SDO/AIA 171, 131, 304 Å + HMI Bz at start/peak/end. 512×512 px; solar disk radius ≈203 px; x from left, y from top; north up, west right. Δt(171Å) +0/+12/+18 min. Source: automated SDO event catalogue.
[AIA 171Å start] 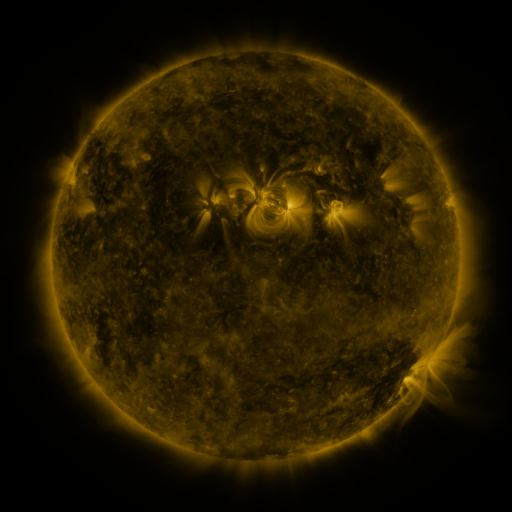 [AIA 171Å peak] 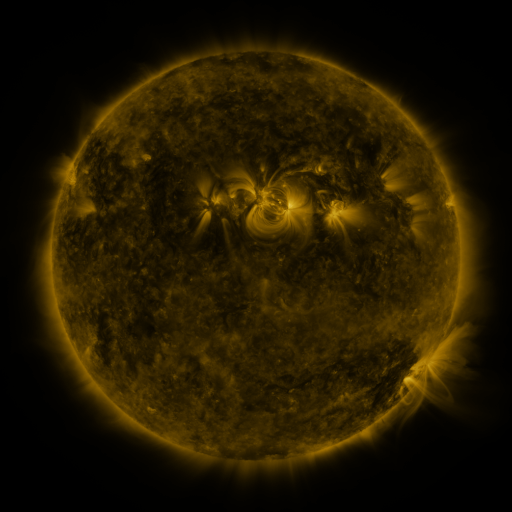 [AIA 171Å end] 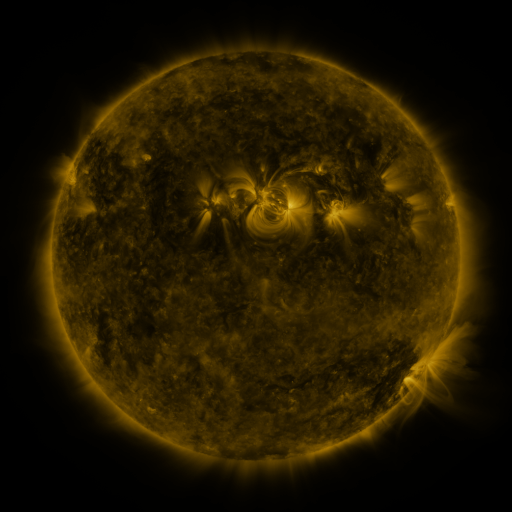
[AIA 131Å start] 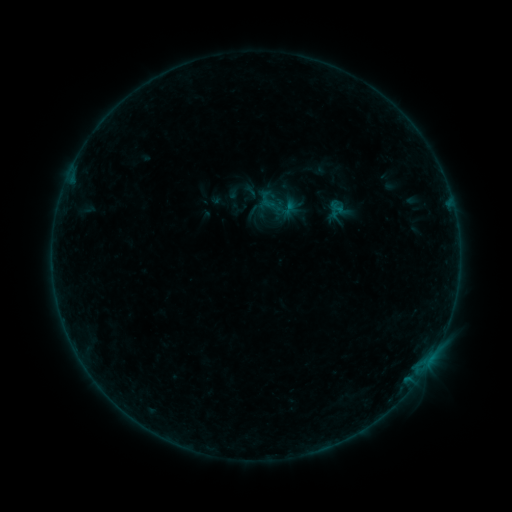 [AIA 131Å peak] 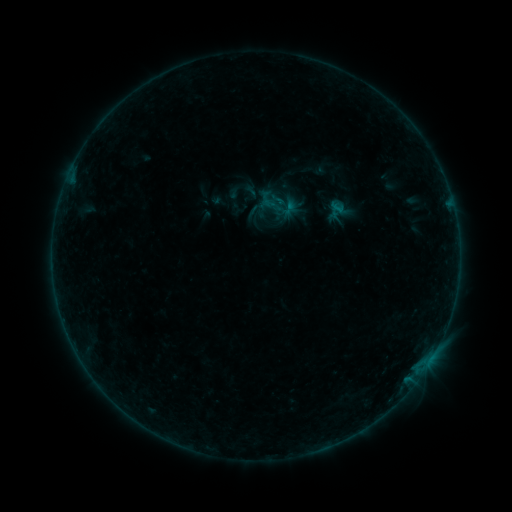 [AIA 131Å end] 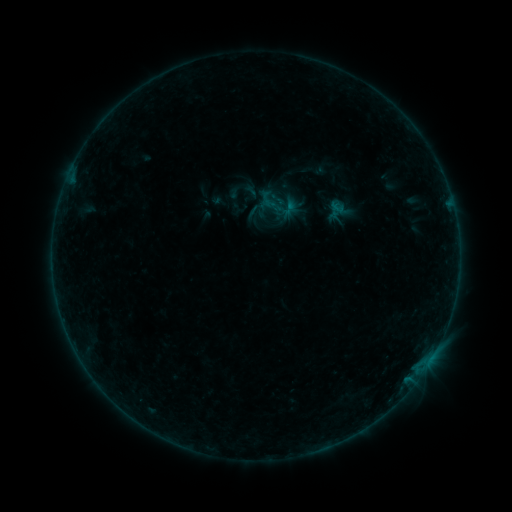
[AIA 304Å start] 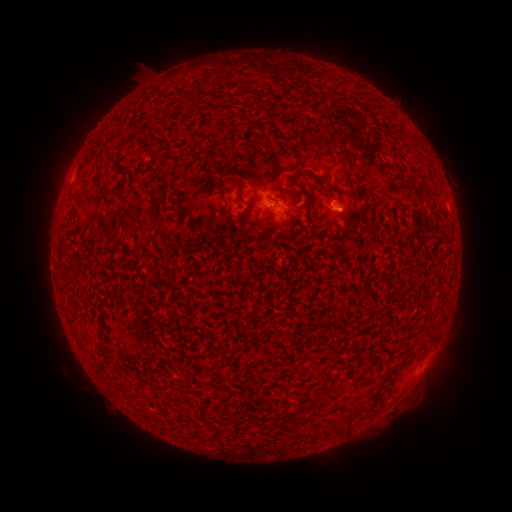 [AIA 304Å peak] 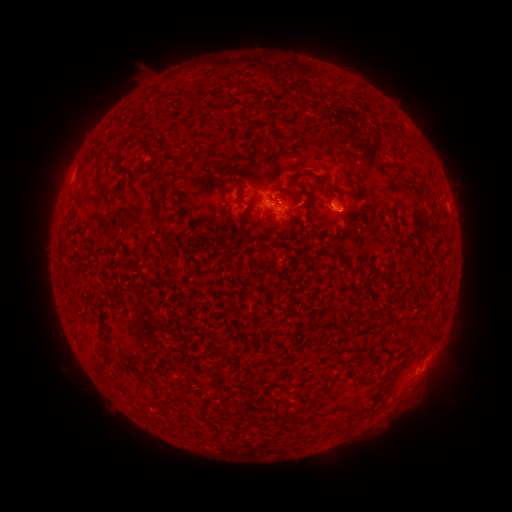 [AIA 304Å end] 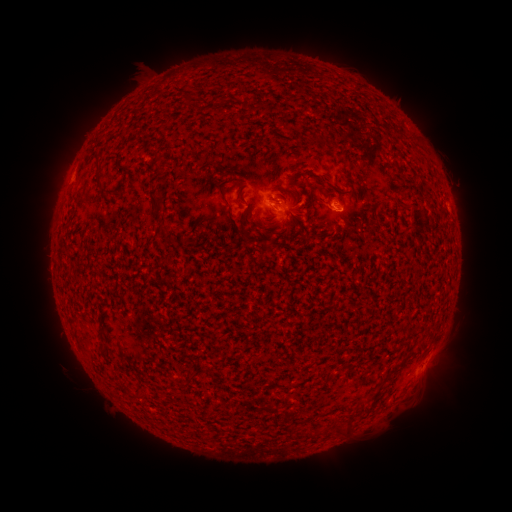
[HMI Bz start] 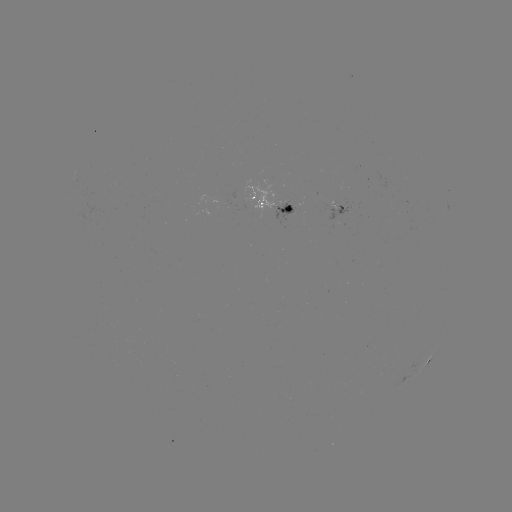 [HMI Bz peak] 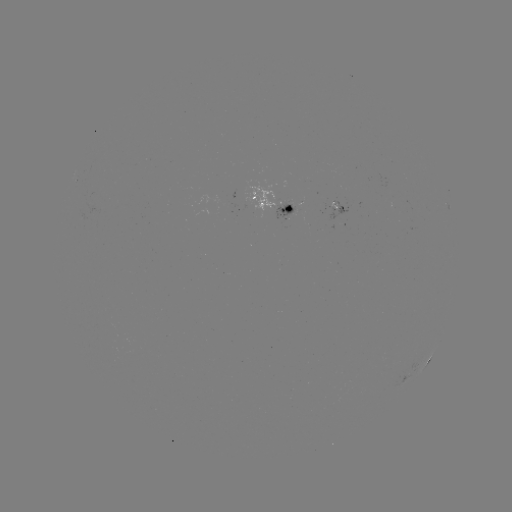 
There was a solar flare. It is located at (279, 205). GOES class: B2.8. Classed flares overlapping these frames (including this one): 1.